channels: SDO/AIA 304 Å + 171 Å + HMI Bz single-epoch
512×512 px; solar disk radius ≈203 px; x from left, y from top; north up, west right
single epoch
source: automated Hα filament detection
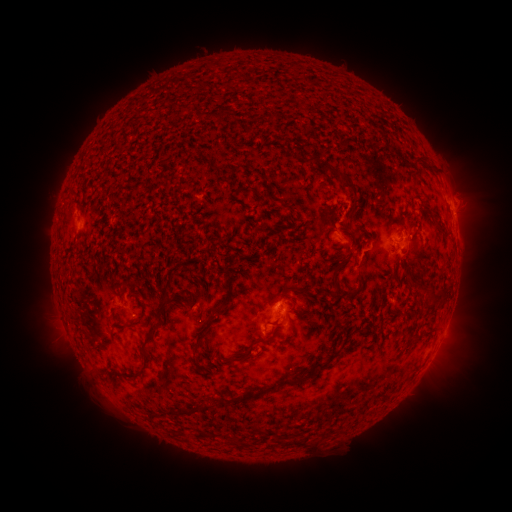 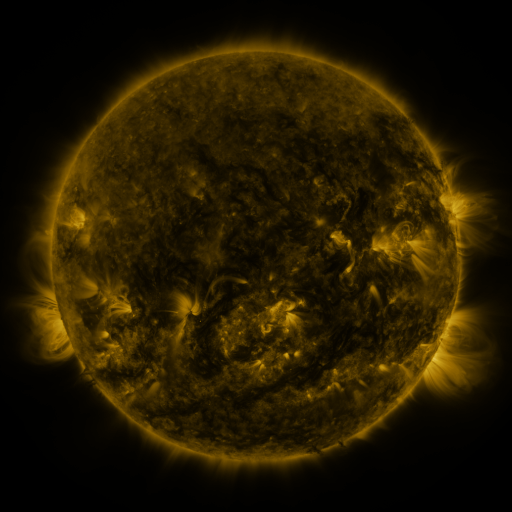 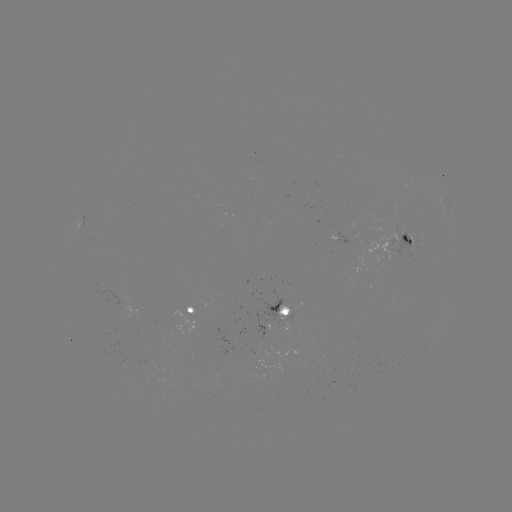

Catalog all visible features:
filament: (217, 116)
filament: (379, 127)
filament: (422, 157)
filament: (333, 171)
filament: (252, 190)
filament: (327, 232)
filament: (335, 271)
filament: (339, 286)
filament: (440, 289)
filament: (289, 293)
filament: (434, 295)
filament: (223, 305)
filament: (399, 311)
filament: (297, 316)
filament: (137, 324)
filament: (279, 324)
filament: (152, 331)
filament: (200, 340)
filament: (262, 340)
filament: (233, 357)
filament: (310, 371)
filament: (132, 377)
filament: (249, 394)
filament: (297, 441)
